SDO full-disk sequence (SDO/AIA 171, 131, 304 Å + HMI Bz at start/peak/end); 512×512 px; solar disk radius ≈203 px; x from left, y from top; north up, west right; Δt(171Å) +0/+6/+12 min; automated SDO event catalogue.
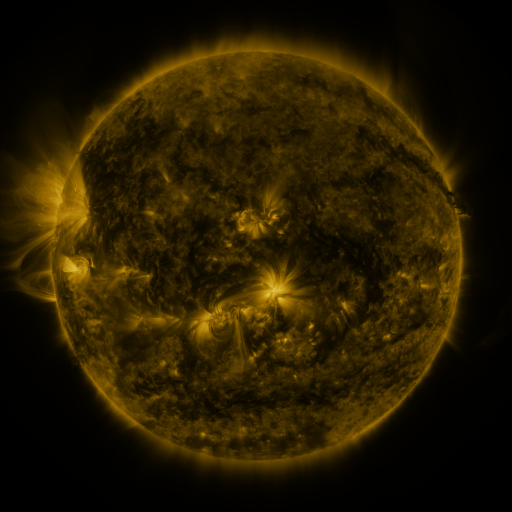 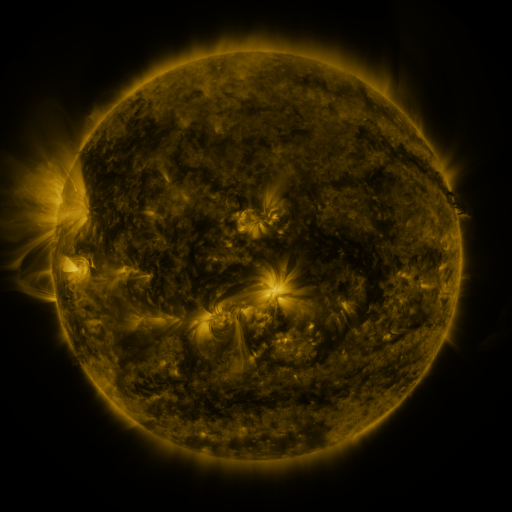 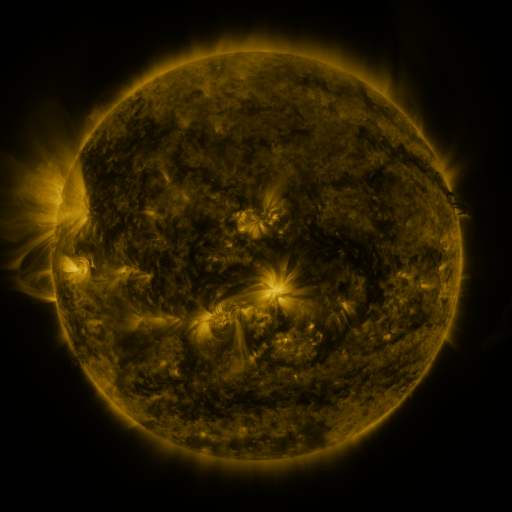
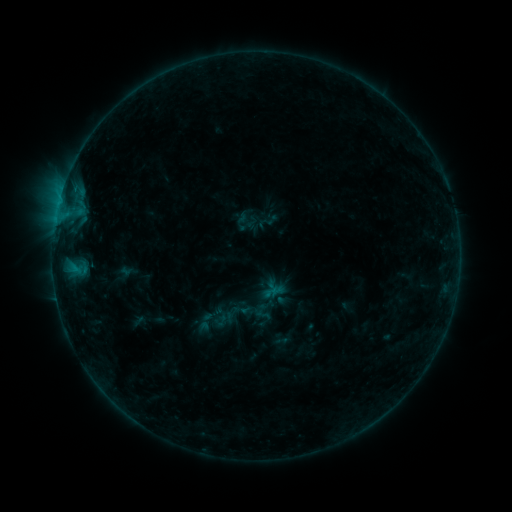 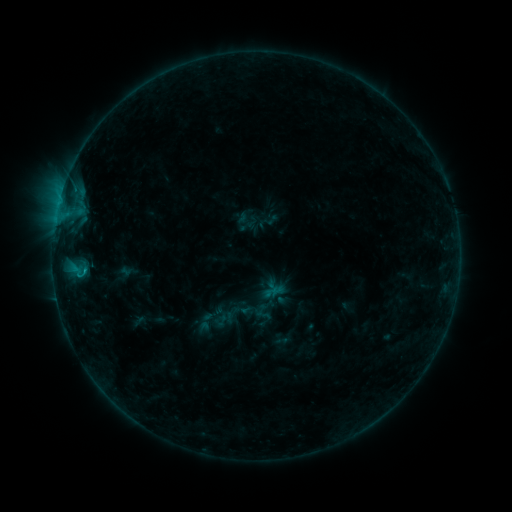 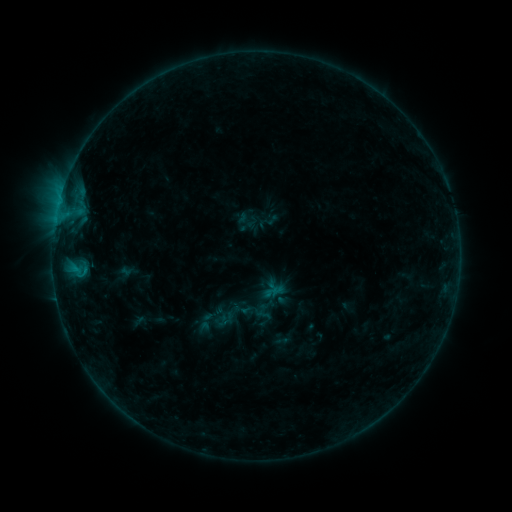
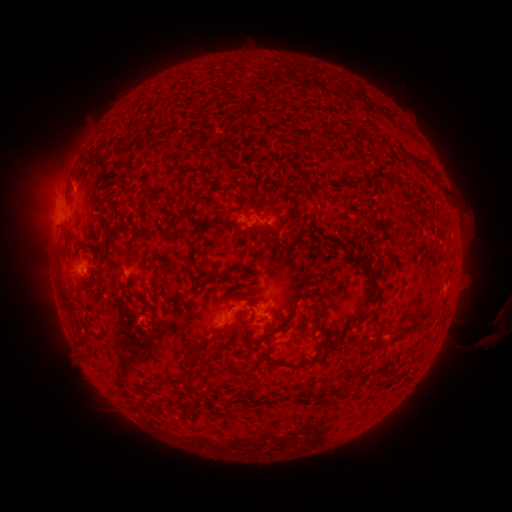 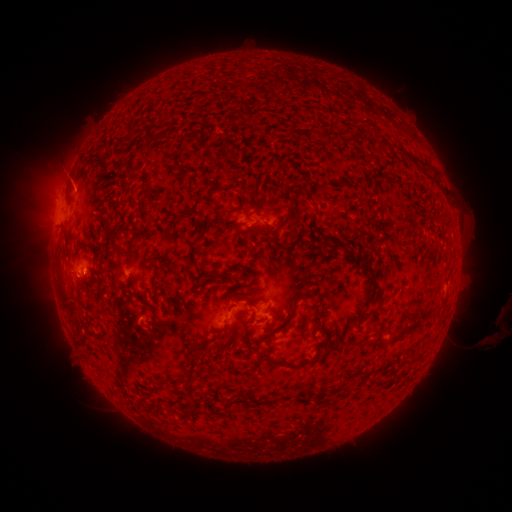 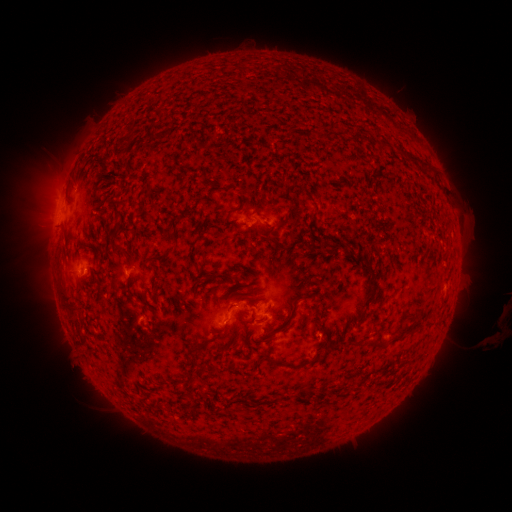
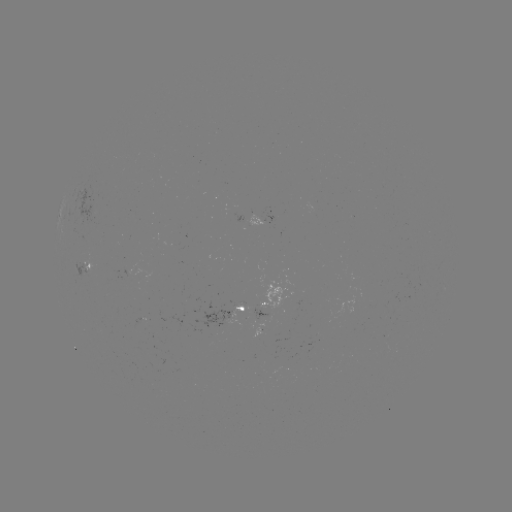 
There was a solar flare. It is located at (85, 269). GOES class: B4.4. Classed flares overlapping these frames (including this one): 1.